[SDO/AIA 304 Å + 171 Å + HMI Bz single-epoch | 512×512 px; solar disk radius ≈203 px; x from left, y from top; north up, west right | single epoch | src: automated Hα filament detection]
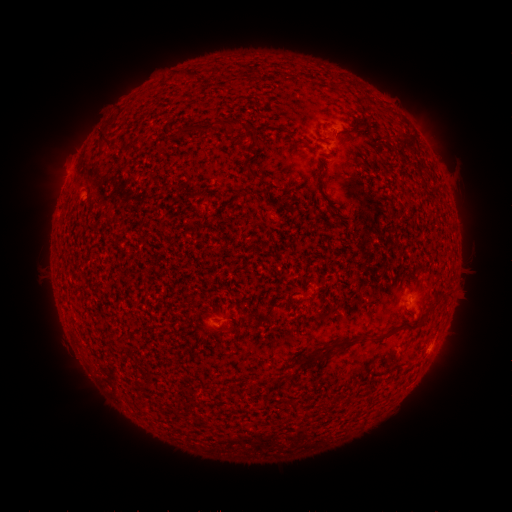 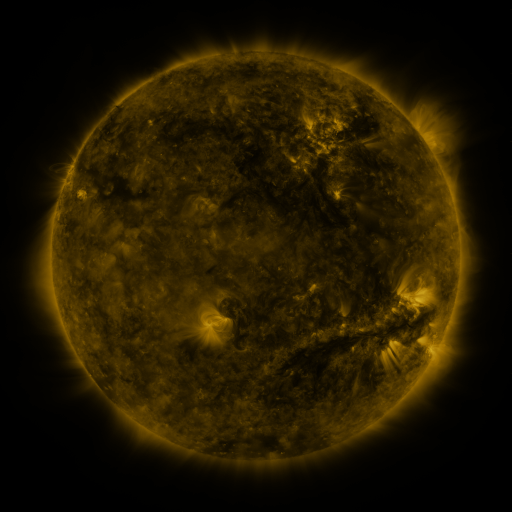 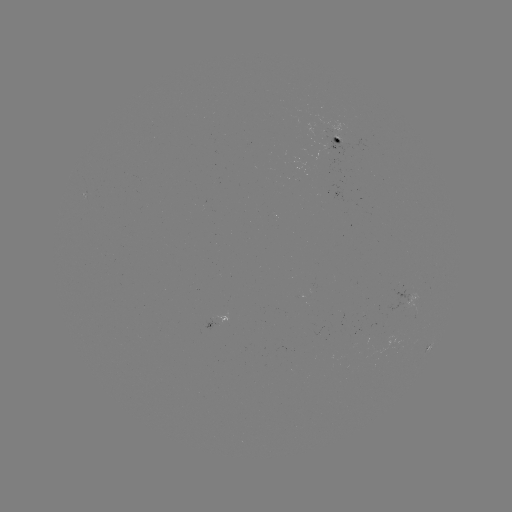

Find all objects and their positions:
filament: [231, 118, 258, 139]
filament: [176, 123, 205, 136]
filament: [99, 130, 113, 142]
filament: [404, 324, 421, 332]
filament: [372, 333, 388, 343]
filament: [297, 352, 316, 365]
